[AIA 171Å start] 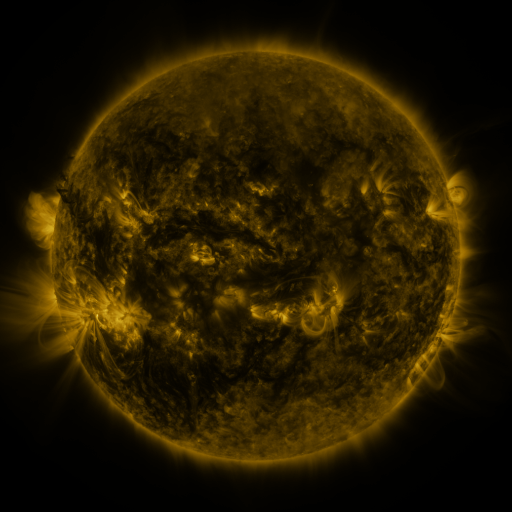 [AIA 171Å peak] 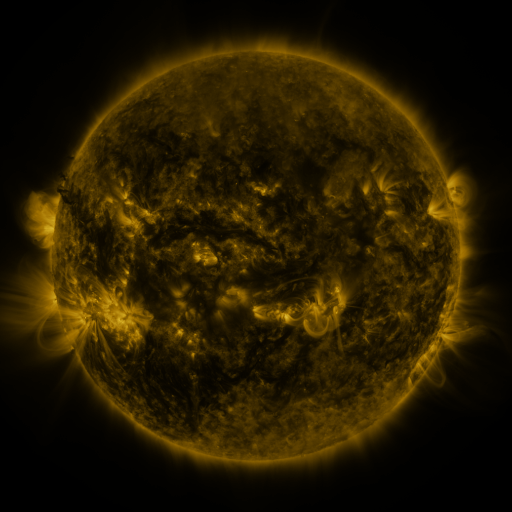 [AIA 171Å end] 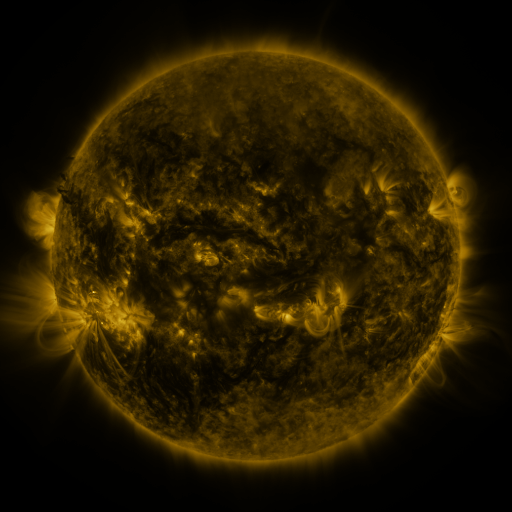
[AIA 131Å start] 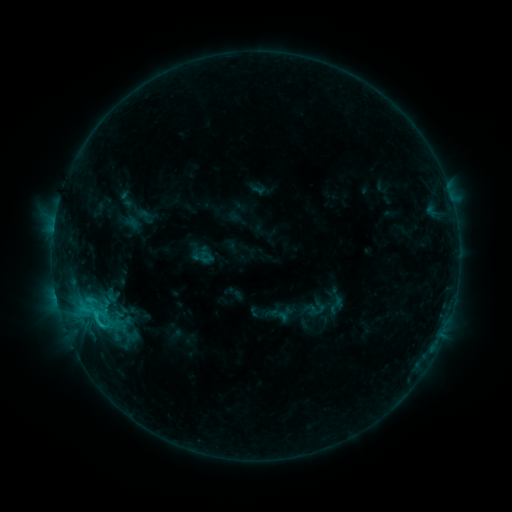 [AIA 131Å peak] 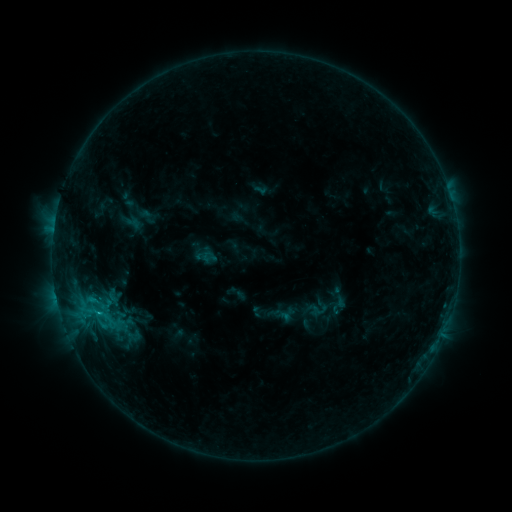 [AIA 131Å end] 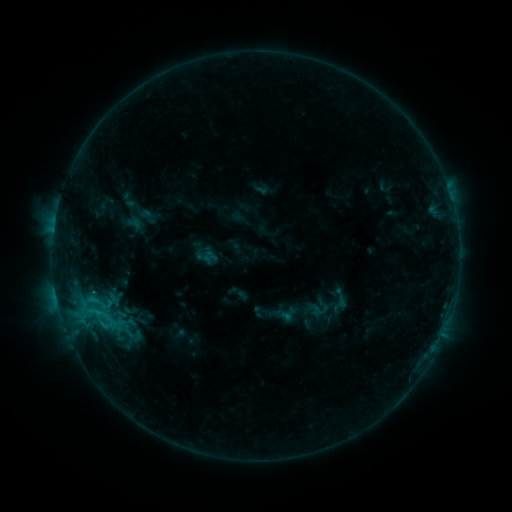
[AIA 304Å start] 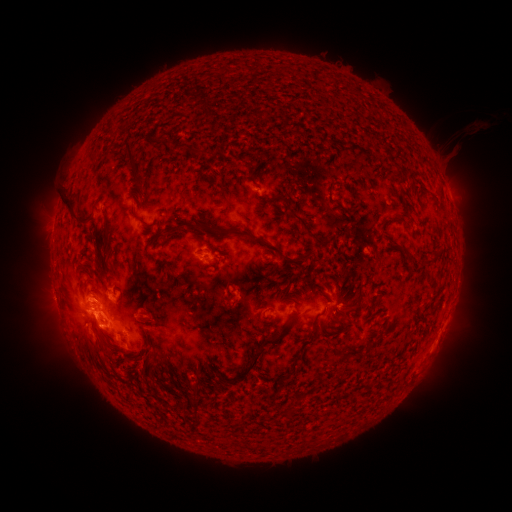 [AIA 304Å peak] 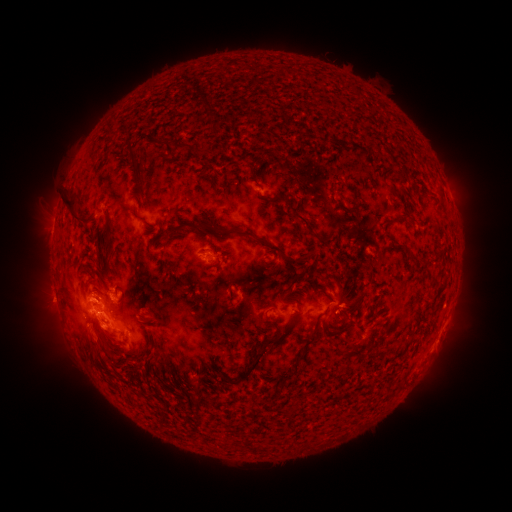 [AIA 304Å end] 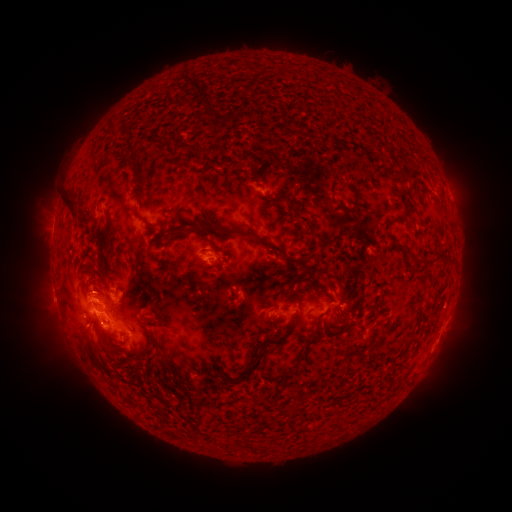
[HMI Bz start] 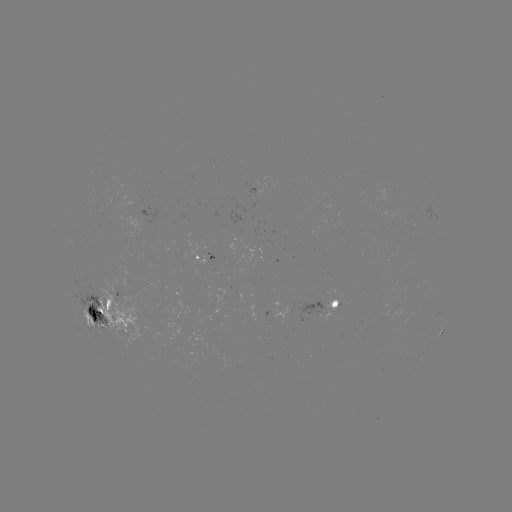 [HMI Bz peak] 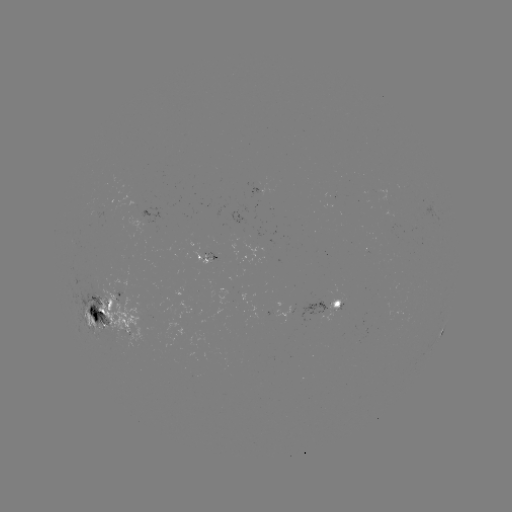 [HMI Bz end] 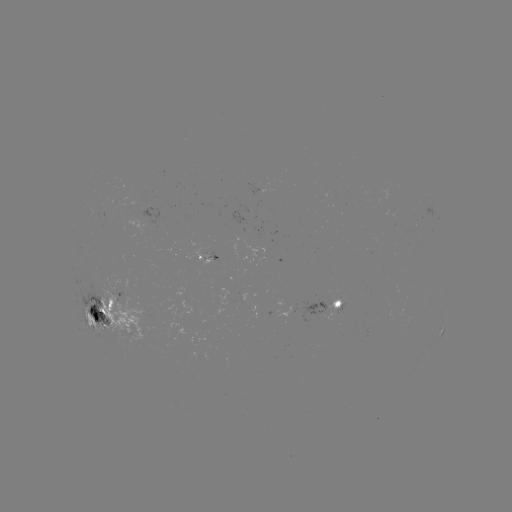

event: emerging-flux region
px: (118, 303)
